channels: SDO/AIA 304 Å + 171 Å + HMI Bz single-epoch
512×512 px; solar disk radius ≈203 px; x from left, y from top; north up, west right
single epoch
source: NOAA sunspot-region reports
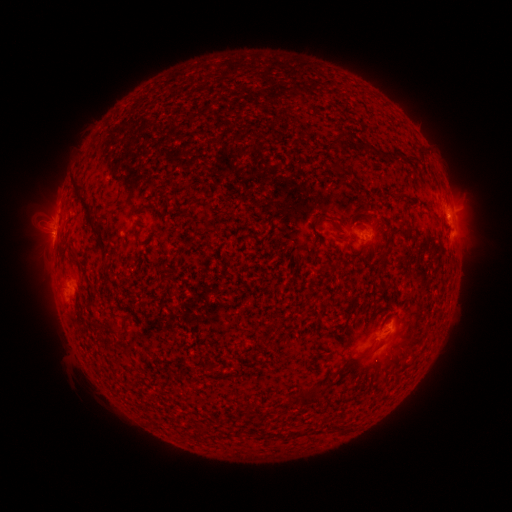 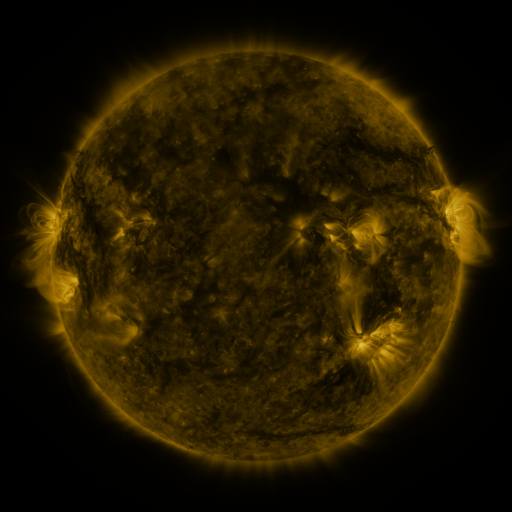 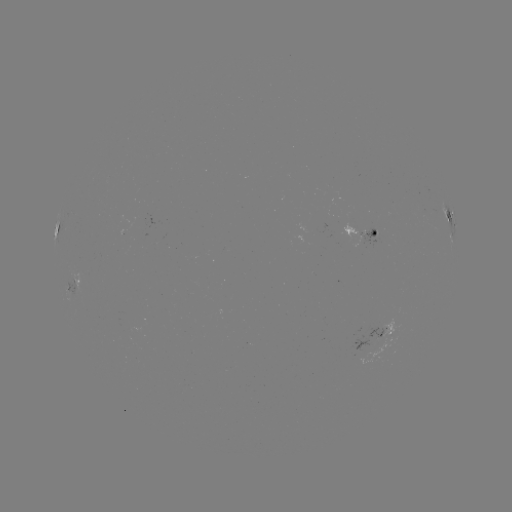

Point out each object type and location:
spotted active region: (450, 211)
spotted active region: (455, 227)
spotted active region: (367, 238)
spotted active region: (388, 332)
